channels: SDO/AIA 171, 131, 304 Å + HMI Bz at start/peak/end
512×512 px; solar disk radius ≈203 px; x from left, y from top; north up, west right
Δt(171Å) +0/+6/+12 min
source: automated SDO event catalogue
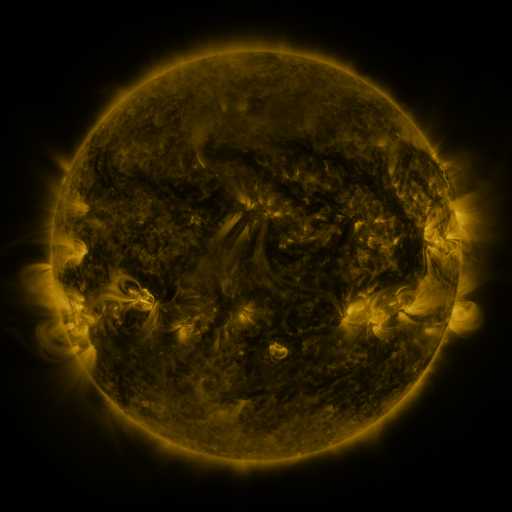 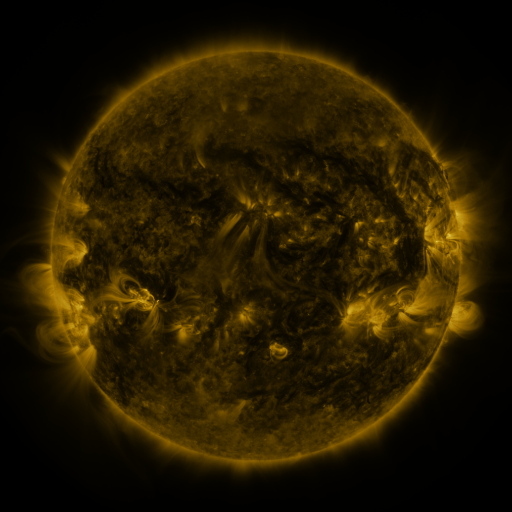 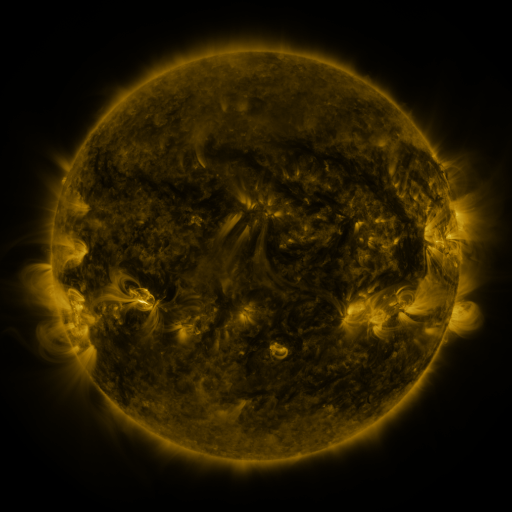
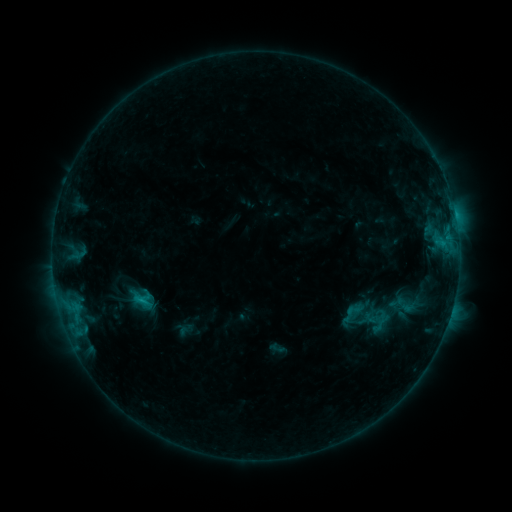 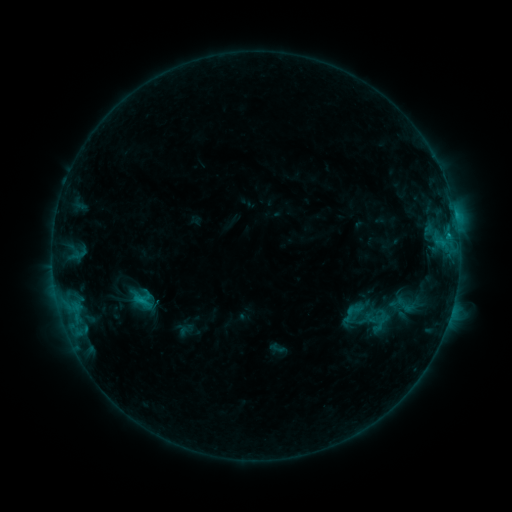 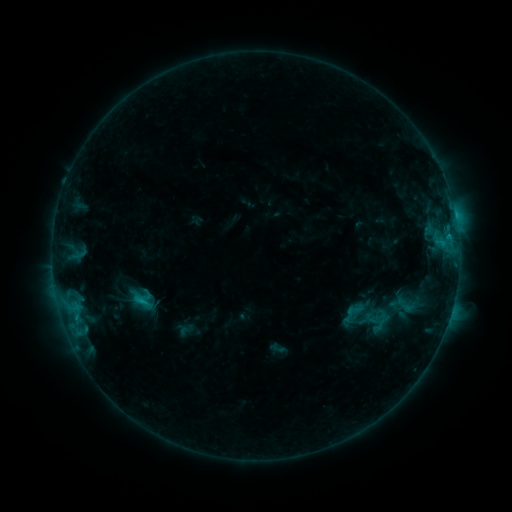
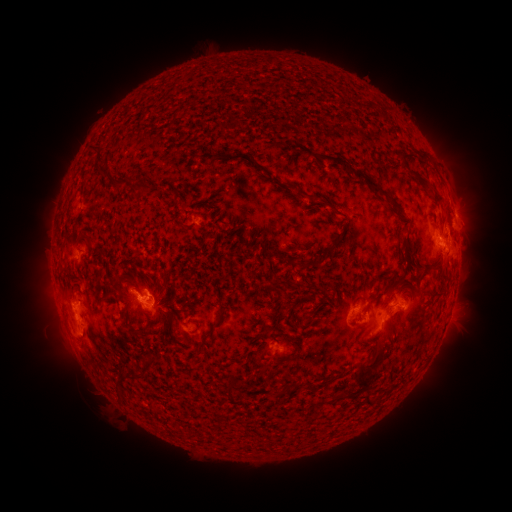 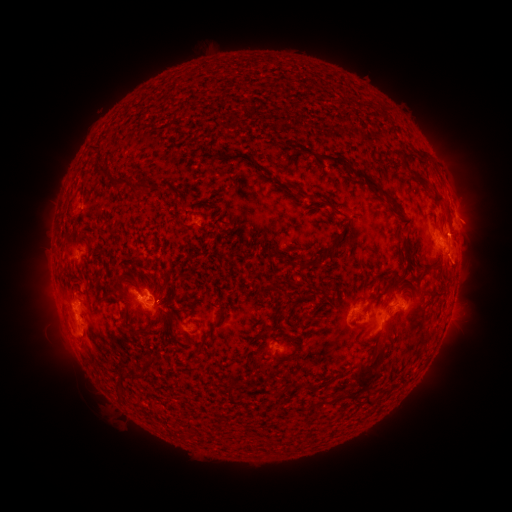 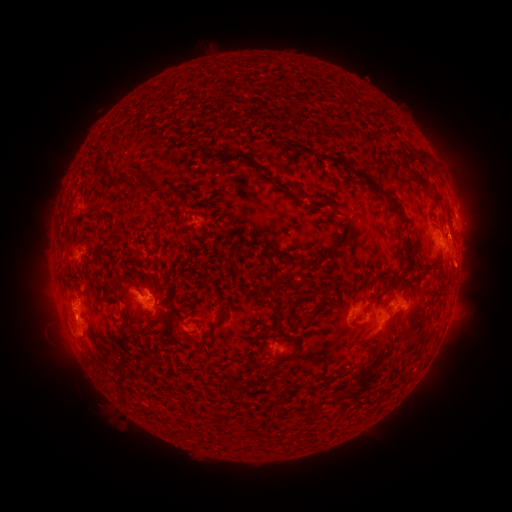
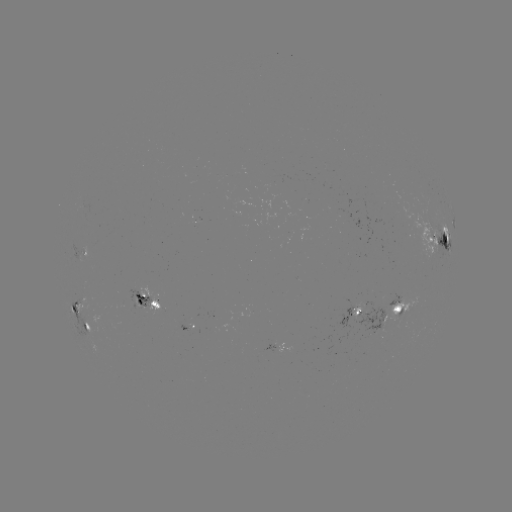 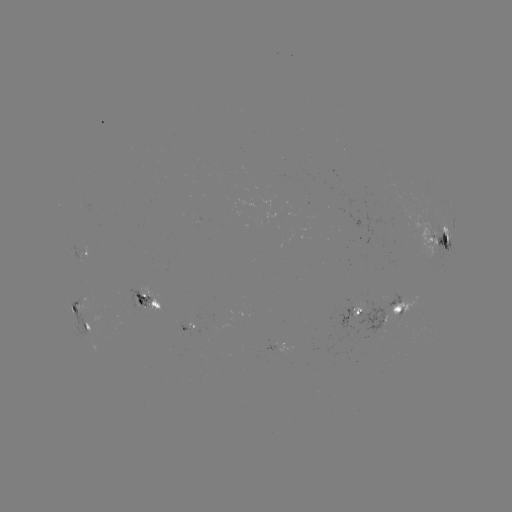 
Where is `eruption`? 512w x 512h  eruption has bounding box [436, 226, 489, 291].